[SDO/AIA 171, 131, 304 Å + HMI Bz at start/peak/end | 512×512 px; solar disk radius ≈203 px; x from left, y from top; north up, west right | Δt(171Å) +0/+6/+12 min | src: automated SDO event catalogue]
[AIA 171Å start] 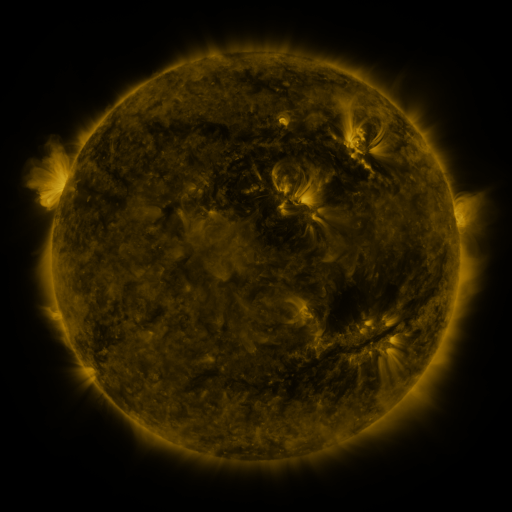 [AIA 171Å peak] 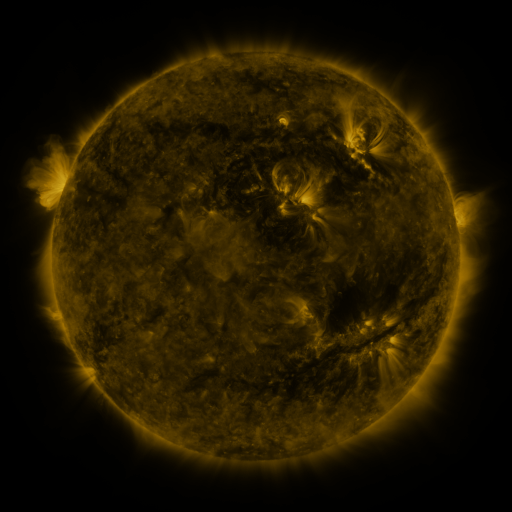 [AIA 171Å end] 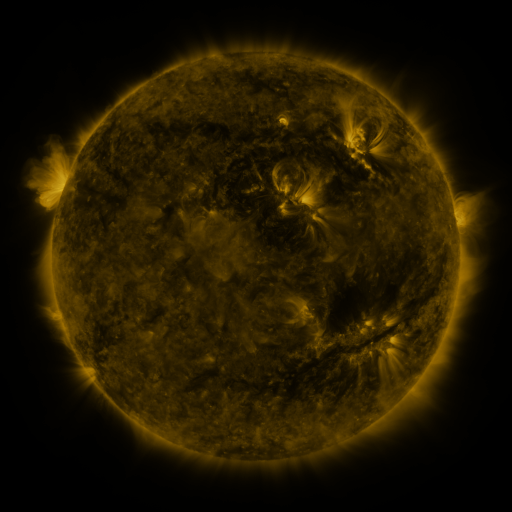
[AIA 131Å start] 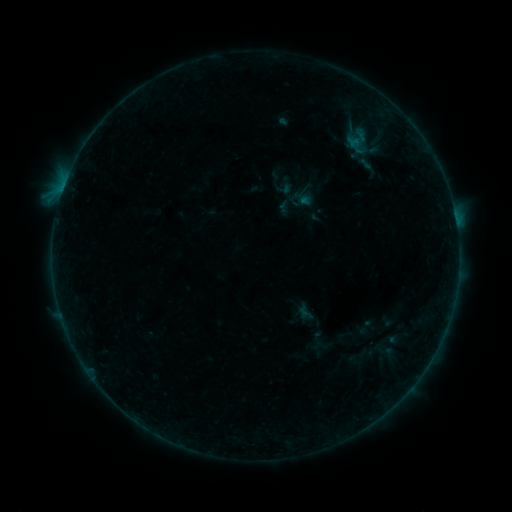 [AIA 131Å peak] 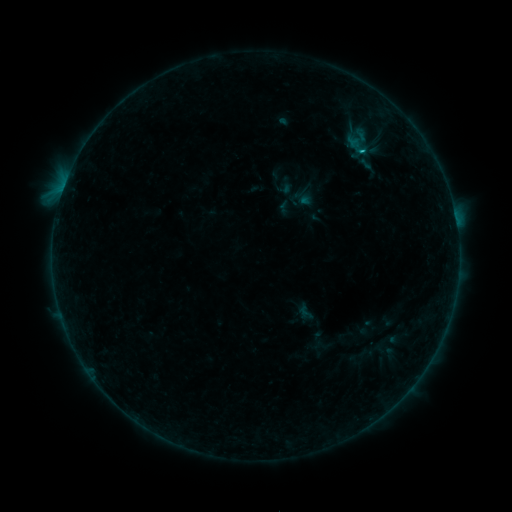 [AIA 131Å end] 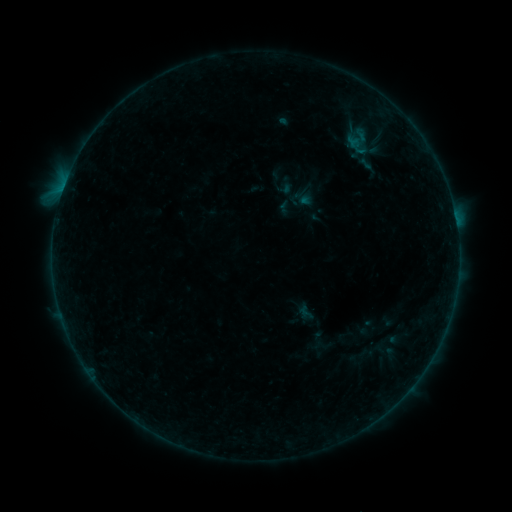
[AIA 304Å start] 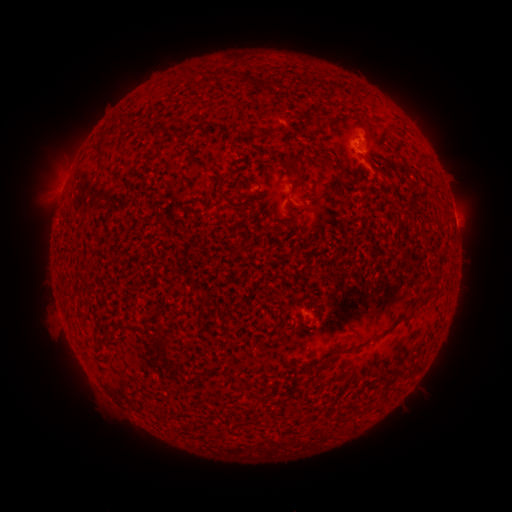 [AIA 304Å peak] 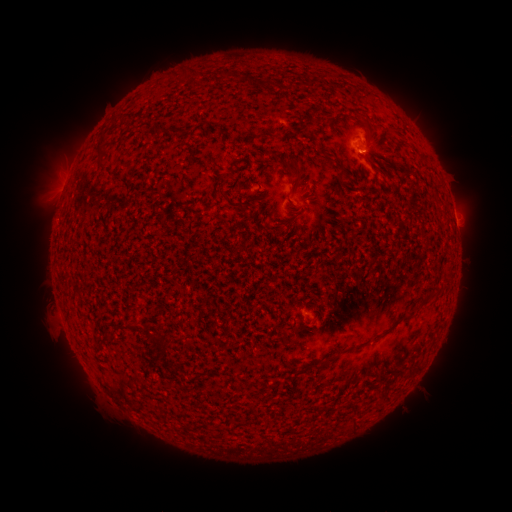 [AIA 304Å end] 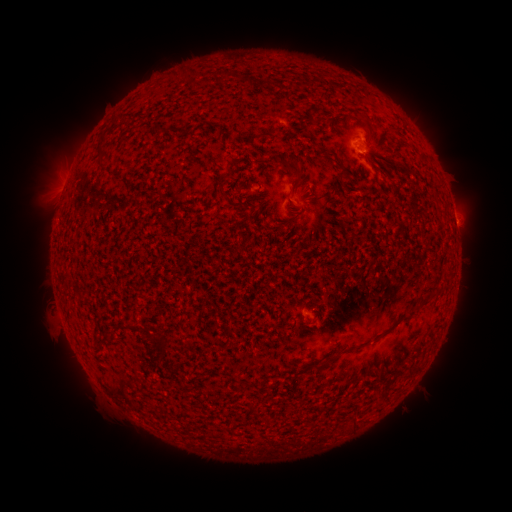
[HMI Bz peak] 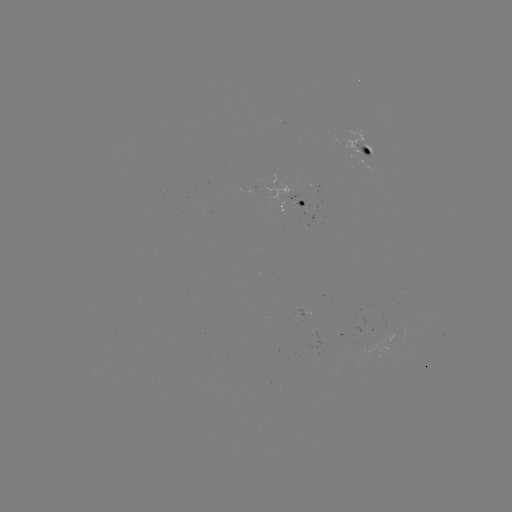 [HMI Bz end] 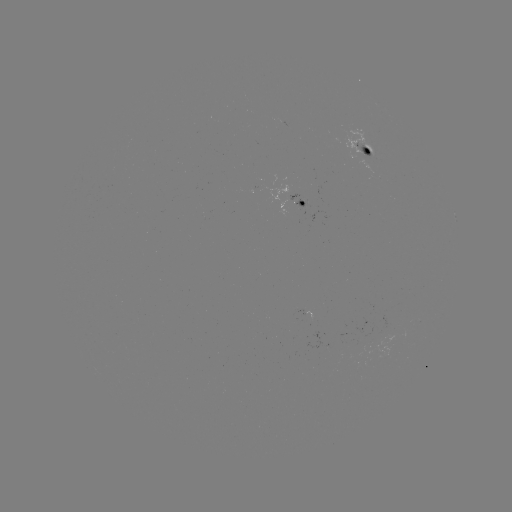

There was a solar flare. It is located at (362, 141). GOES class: B4.0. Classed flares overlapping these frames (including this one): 1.